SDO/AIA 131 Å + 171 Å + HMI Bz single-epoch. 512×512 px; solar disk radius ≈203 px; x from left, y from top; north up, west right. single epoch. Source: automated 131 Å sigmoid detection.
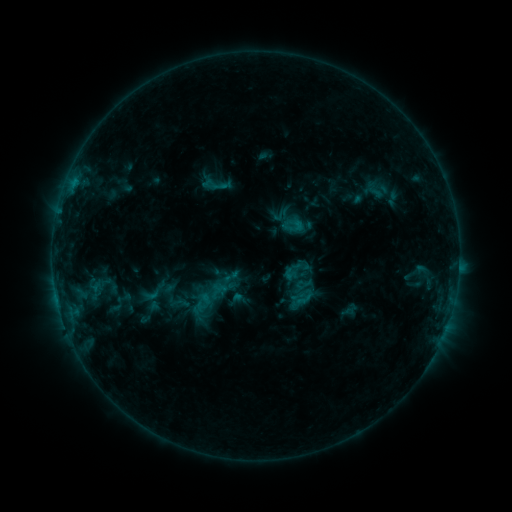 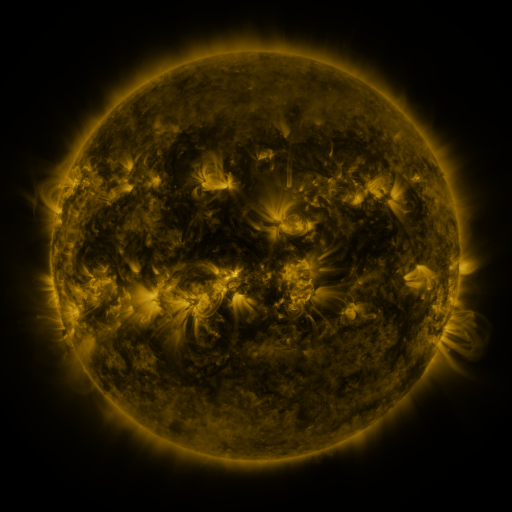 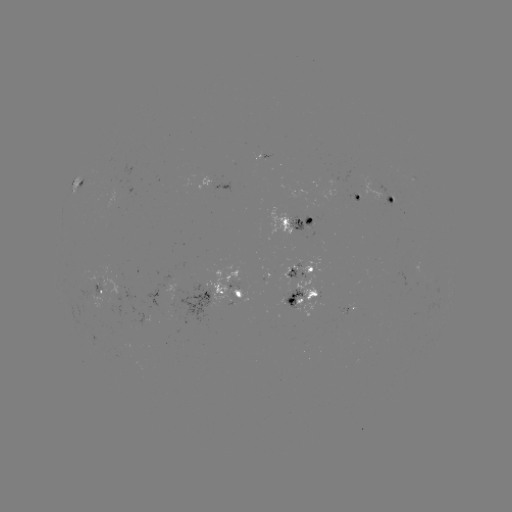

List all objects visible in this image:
sigmoid: (290, 271)
sigmoid: (231, 276)
sigmoid: (301, 293)
